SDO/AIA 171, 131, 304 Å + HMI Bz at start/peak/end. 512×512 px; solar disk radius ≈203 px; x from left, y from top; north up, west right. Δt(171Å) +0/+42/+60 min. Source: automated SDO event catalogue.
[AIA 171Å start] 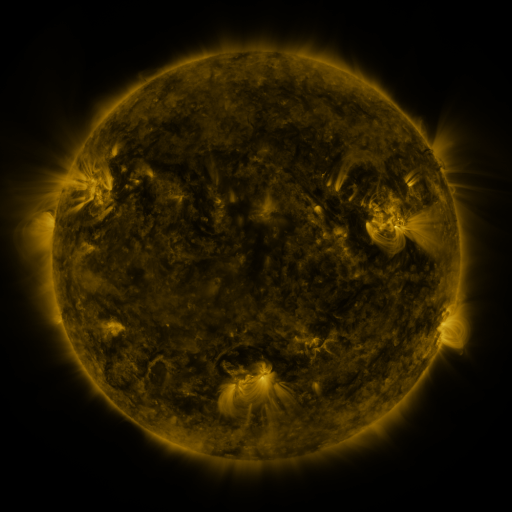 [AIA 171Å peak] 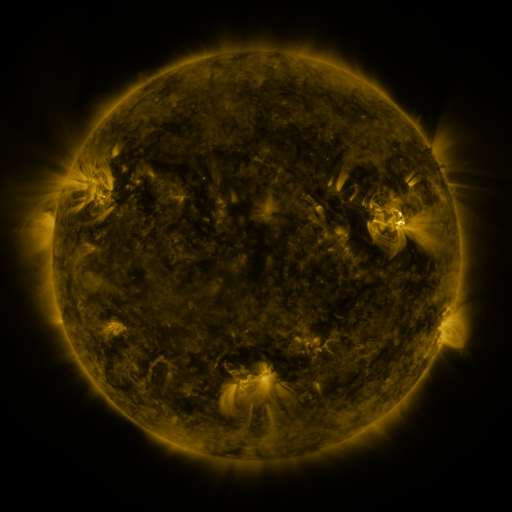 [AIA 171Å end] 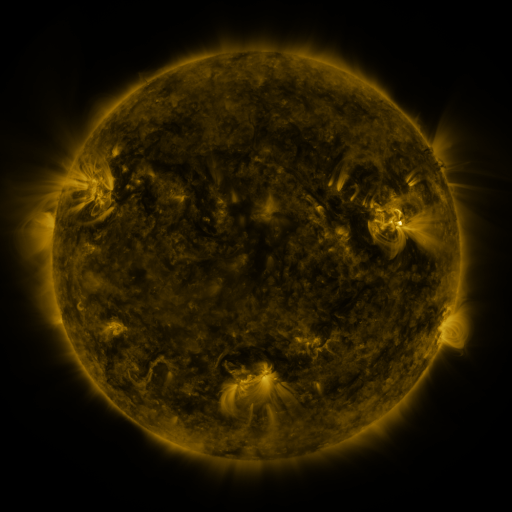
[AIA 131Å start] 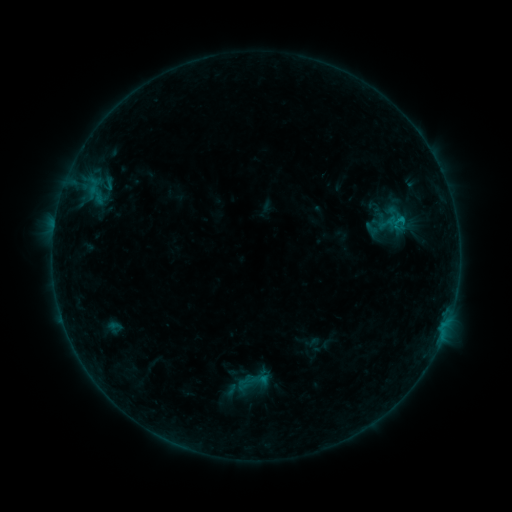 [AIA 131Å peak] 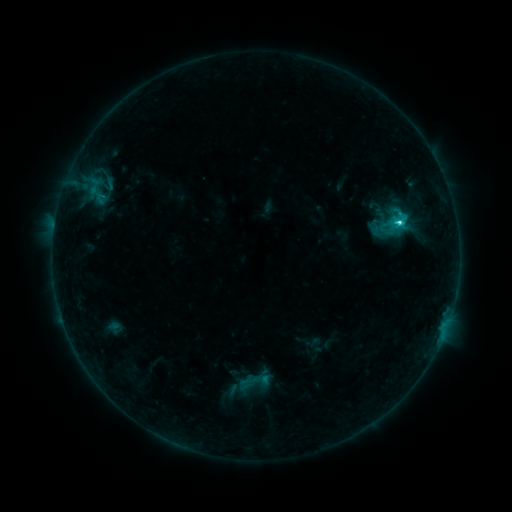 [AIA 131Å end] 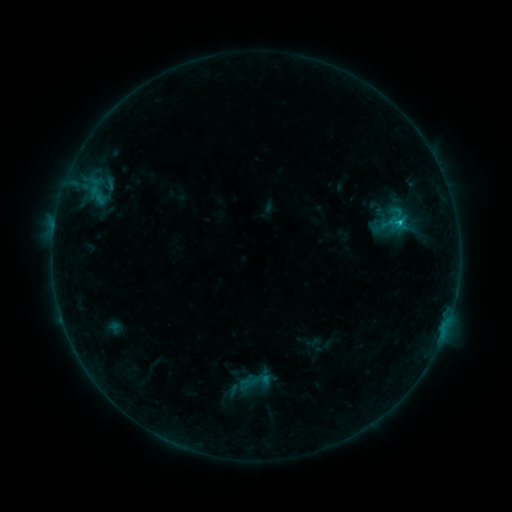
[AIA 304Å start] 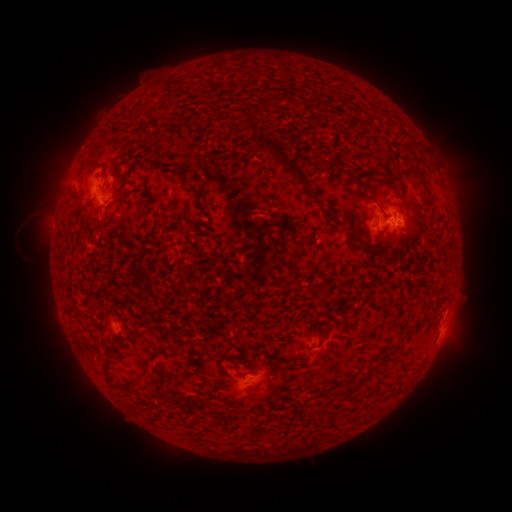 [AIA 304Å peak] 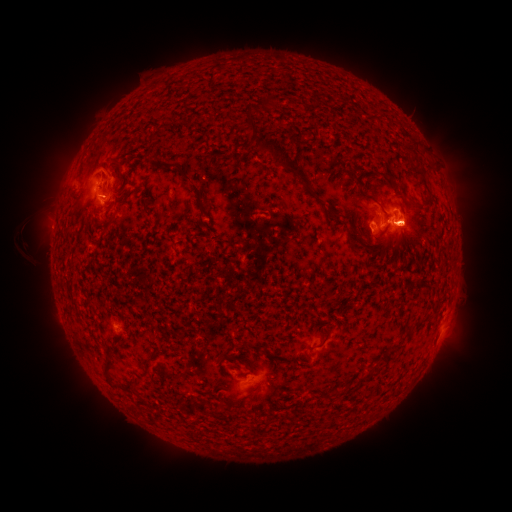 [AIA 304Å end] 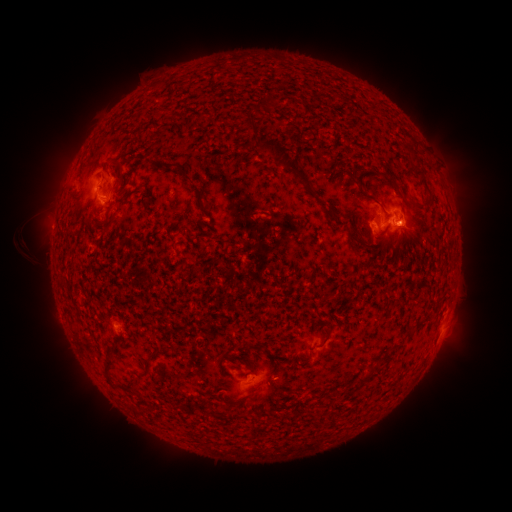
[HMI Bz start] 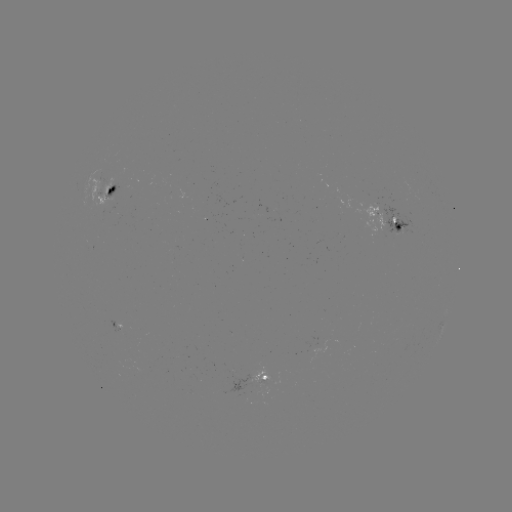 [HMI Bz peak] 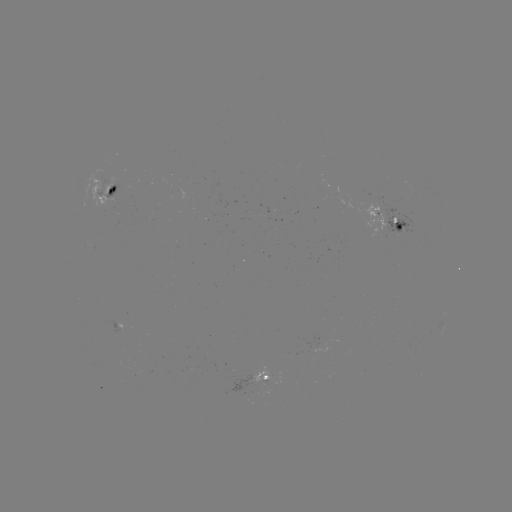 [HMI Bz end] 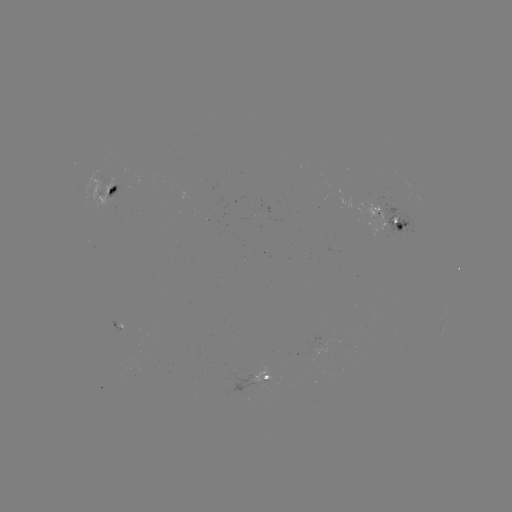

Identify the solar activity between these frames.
C2.9 flare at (398, 224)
